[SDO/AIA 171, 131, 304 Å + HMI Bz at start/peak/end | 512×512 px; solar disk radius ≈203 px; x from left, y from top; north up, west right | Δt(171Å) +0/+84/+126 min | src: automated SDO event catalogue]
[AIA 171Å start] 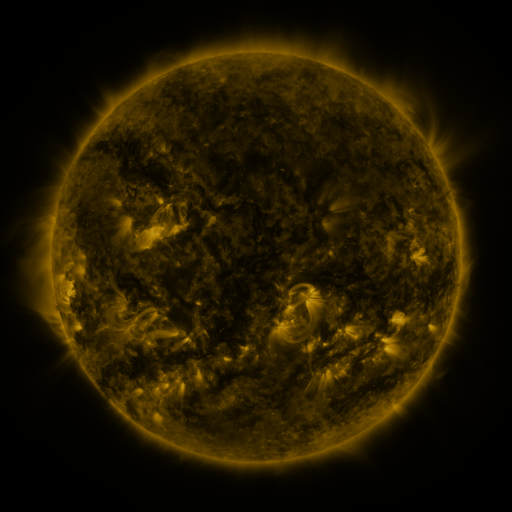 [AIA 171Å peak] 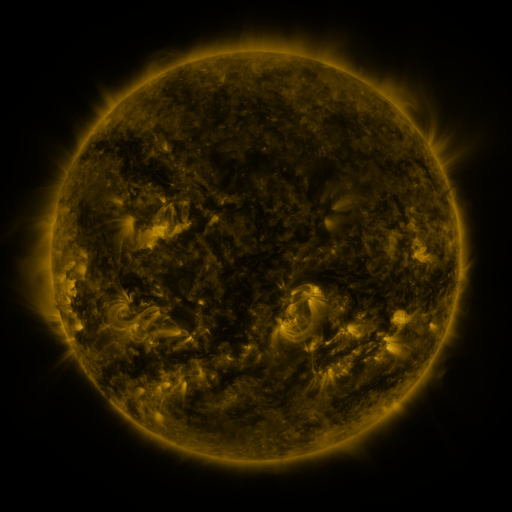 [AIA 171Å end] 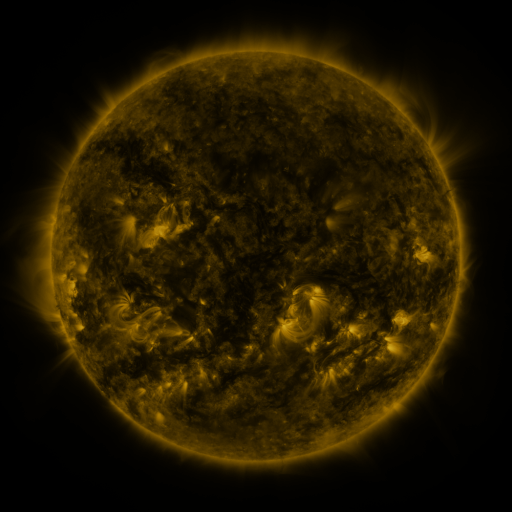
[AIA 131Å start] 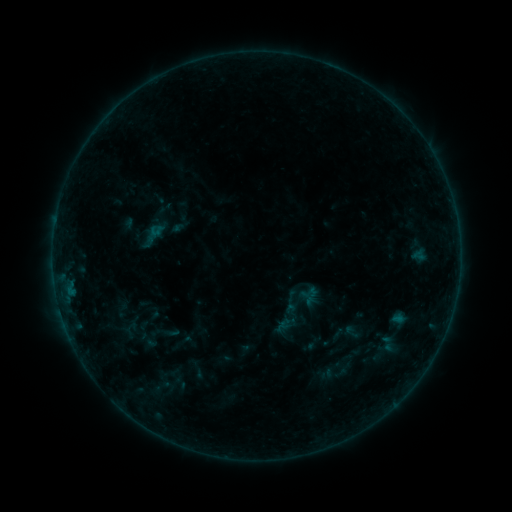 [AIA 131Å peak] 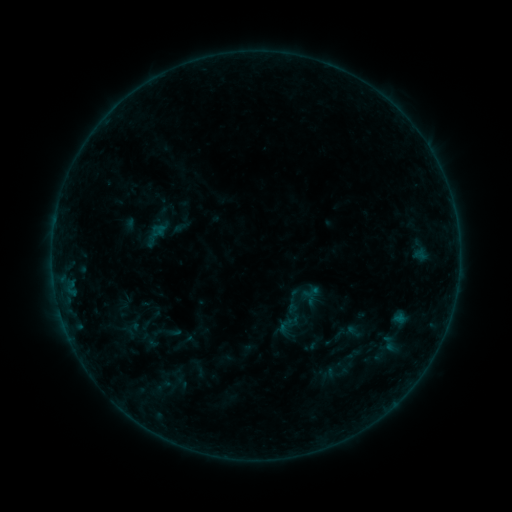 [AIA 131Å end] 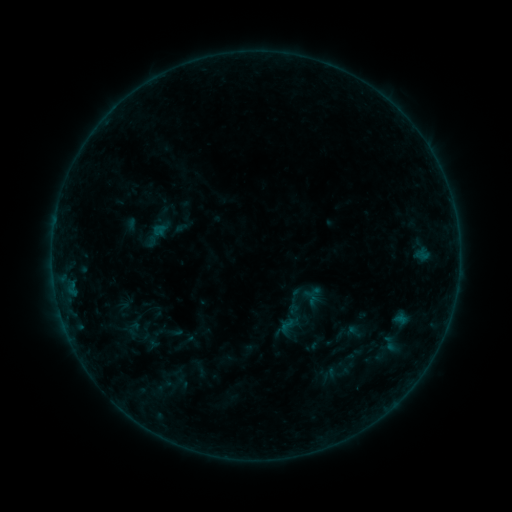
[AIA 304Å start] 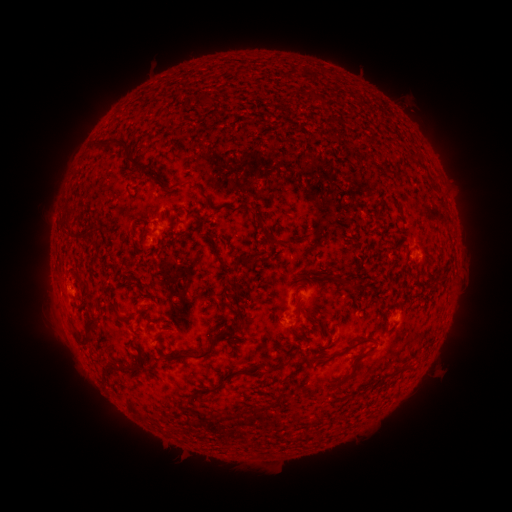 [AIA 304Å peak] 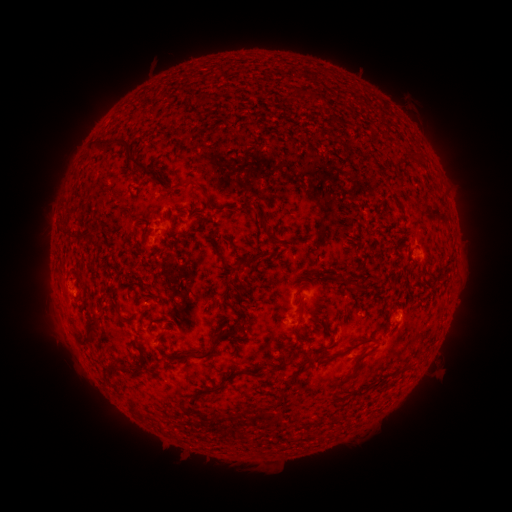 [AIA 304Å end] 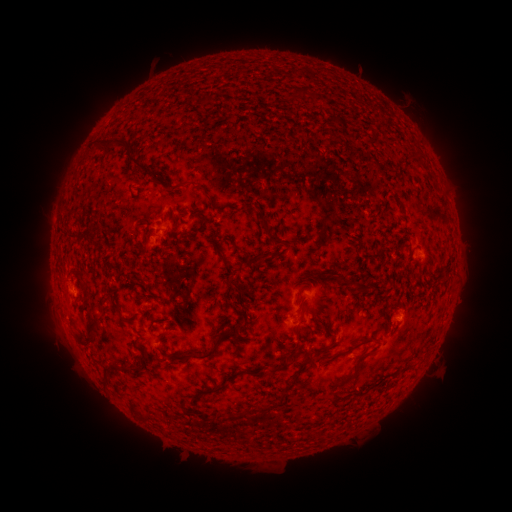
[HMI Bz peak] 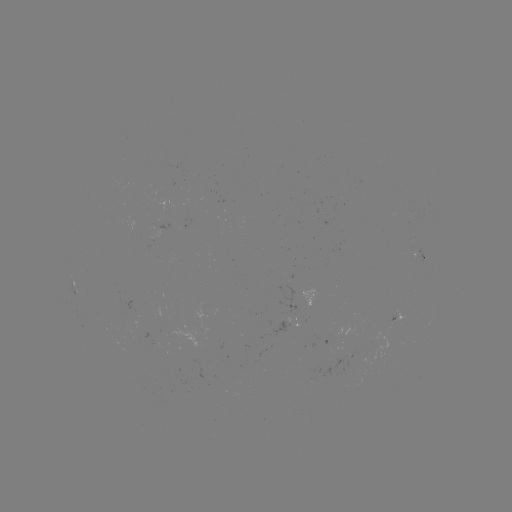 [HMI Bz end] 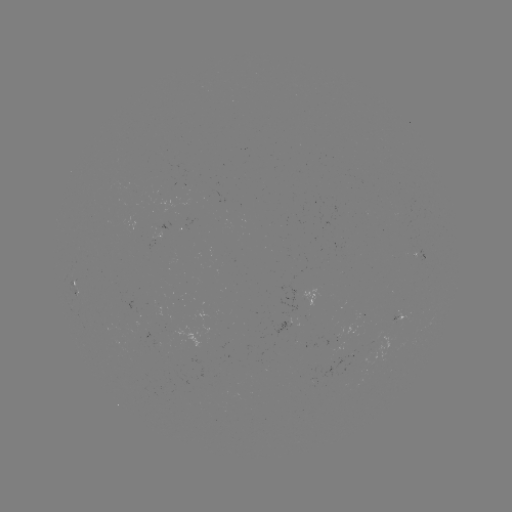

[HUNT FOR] emerging-flux region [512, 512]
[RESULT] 338,342